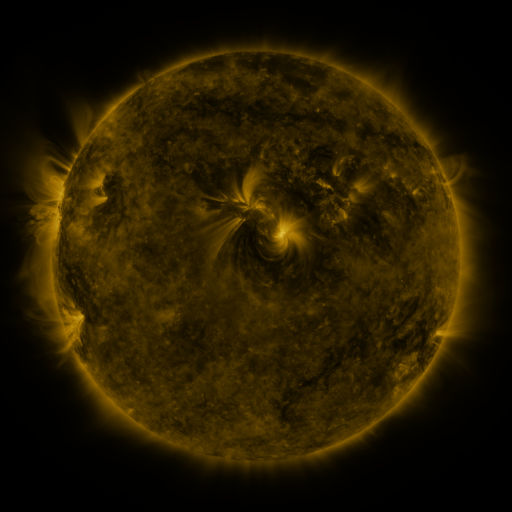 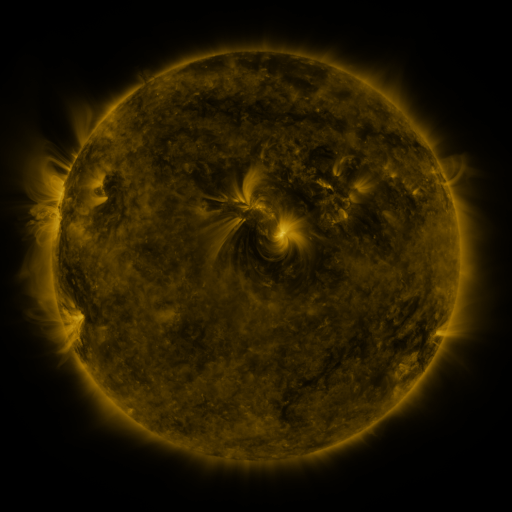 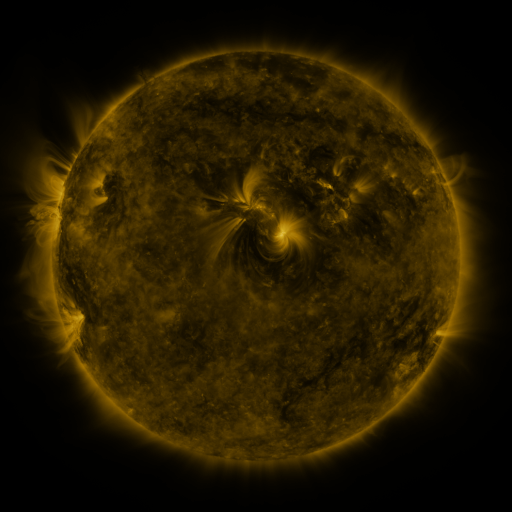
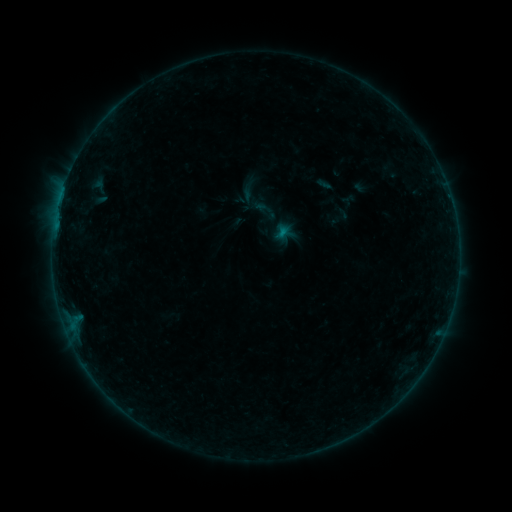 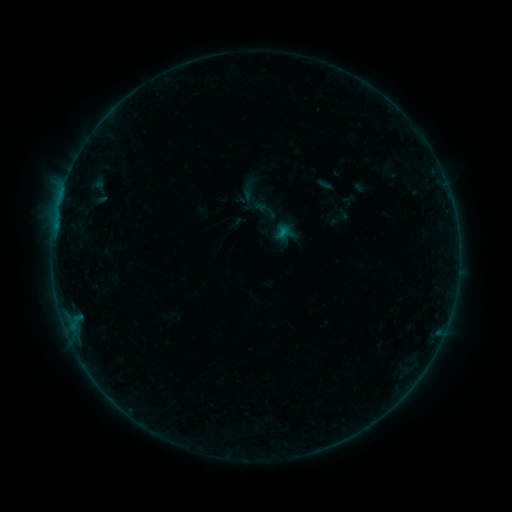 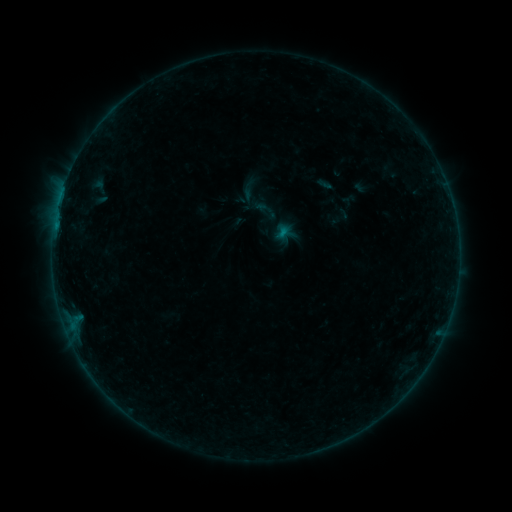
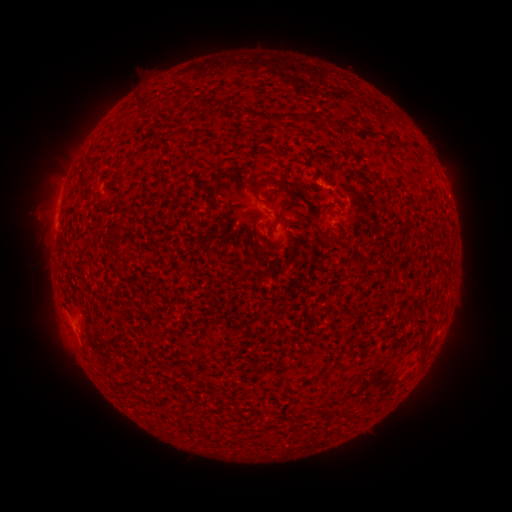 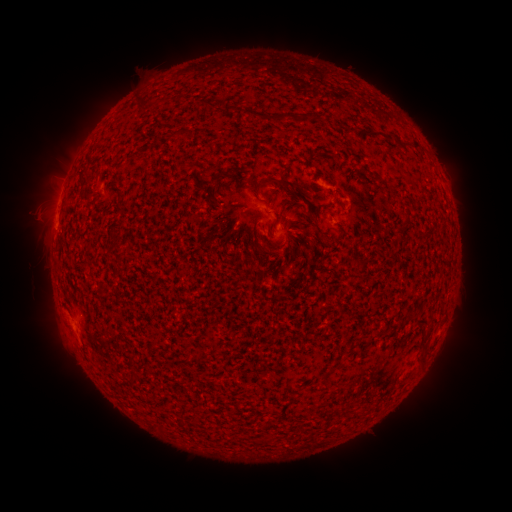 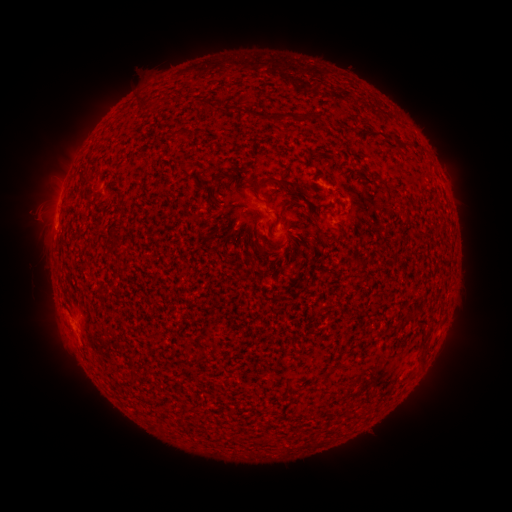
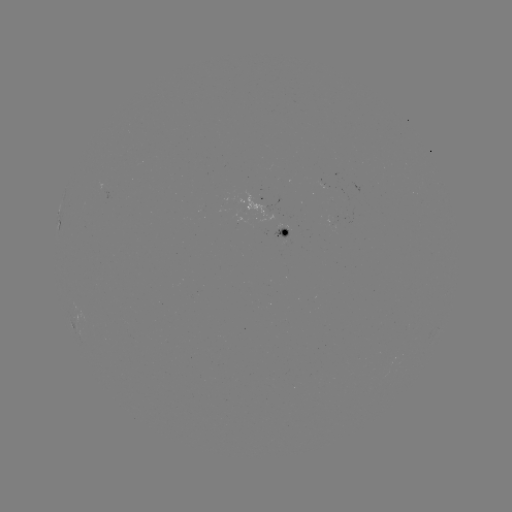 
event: flare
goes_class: B2.0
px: (57, 227)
